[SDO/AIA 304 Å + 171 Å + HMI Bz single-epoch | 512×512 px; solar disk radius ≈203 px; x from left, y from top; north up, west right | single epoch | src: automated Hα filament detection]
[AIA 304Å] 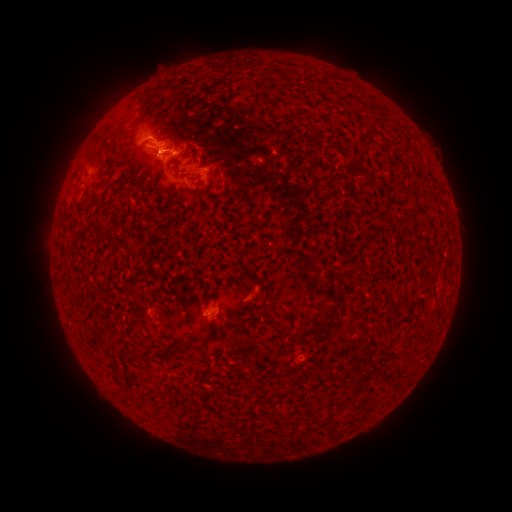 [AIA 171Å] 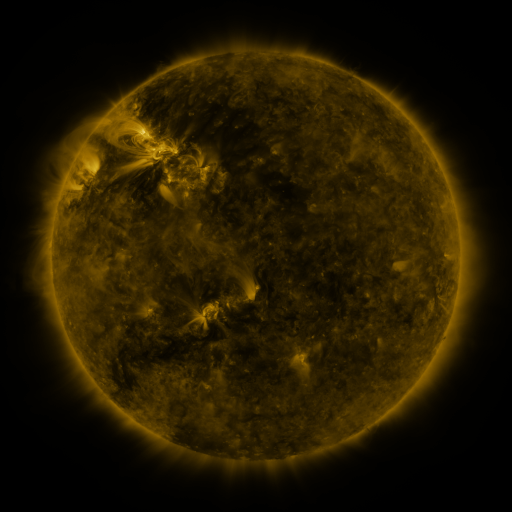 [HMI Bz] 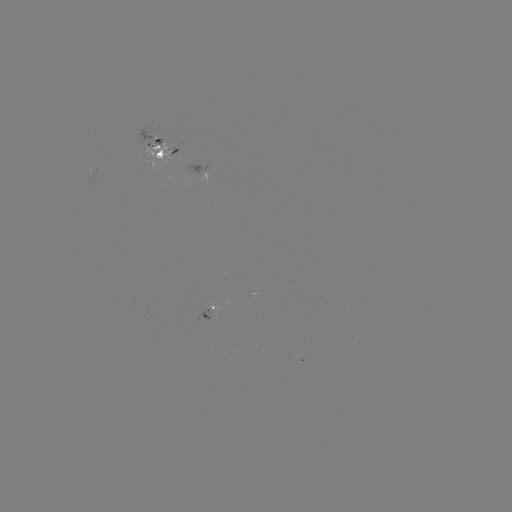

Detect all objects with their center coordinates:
filament: (146, 98)
filament: (187, 152)
filament: (167, 153)
filament: (153, 177)
filament: (367, 276)
filament: (263, 310)
filament: (320, 337)
